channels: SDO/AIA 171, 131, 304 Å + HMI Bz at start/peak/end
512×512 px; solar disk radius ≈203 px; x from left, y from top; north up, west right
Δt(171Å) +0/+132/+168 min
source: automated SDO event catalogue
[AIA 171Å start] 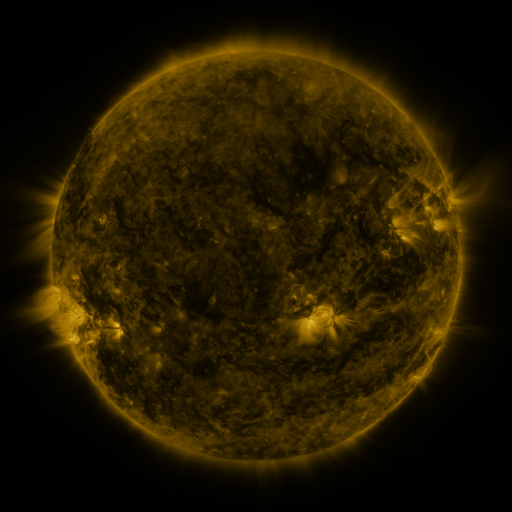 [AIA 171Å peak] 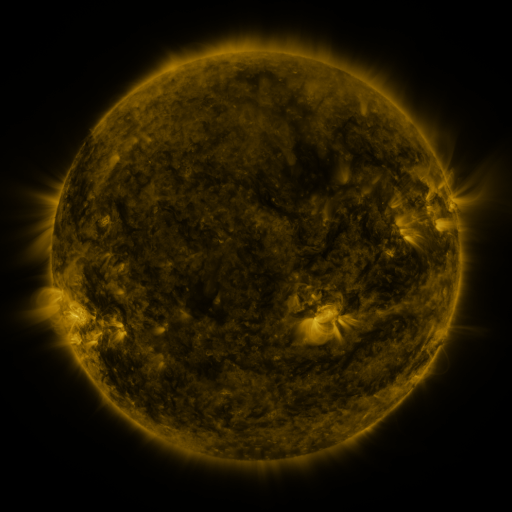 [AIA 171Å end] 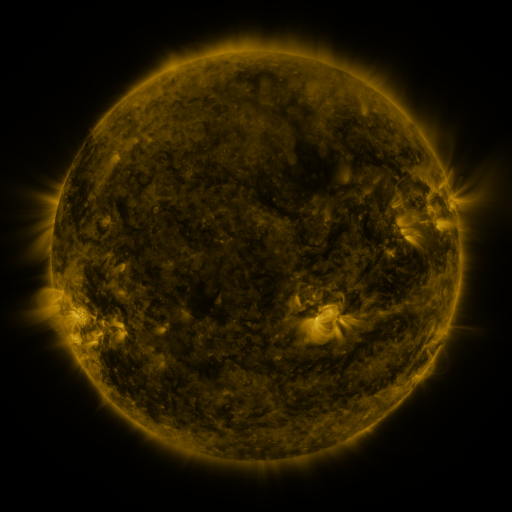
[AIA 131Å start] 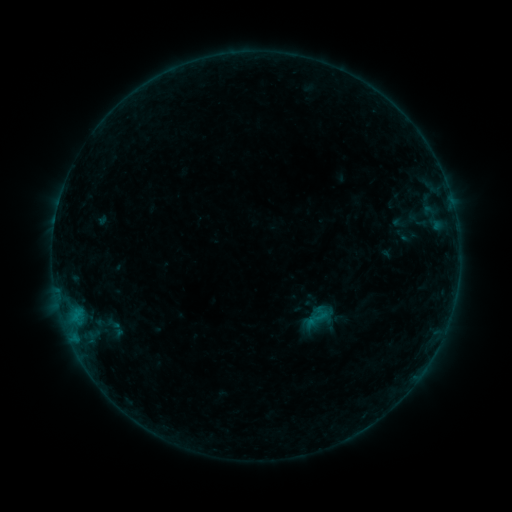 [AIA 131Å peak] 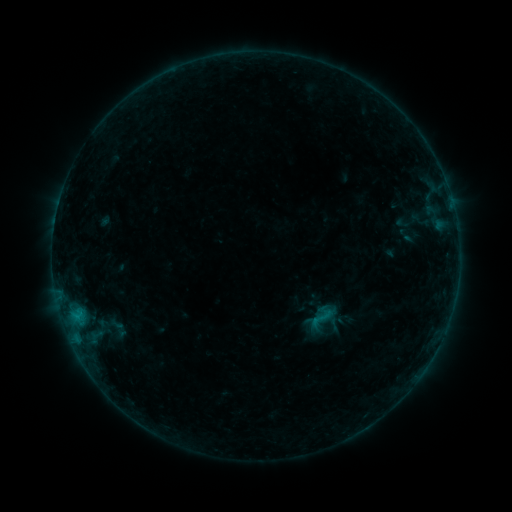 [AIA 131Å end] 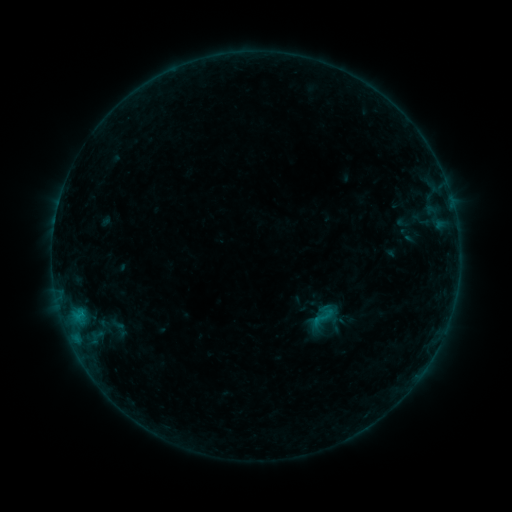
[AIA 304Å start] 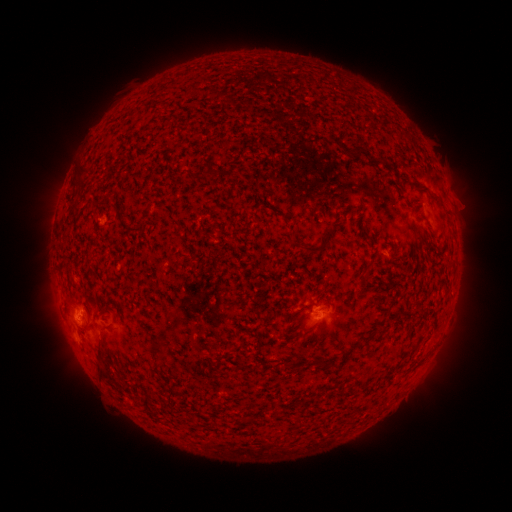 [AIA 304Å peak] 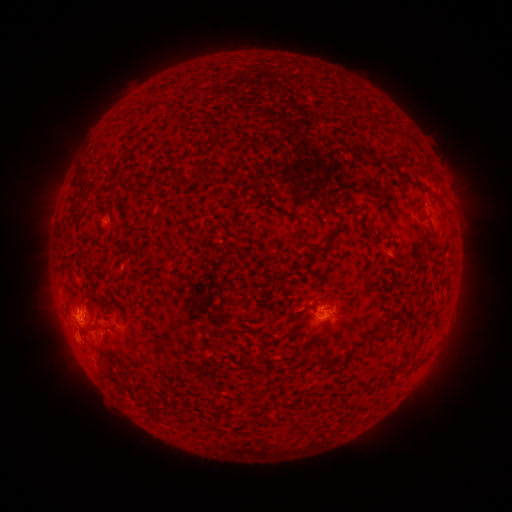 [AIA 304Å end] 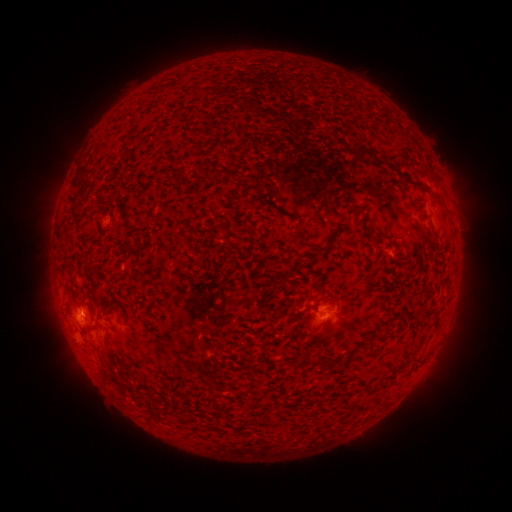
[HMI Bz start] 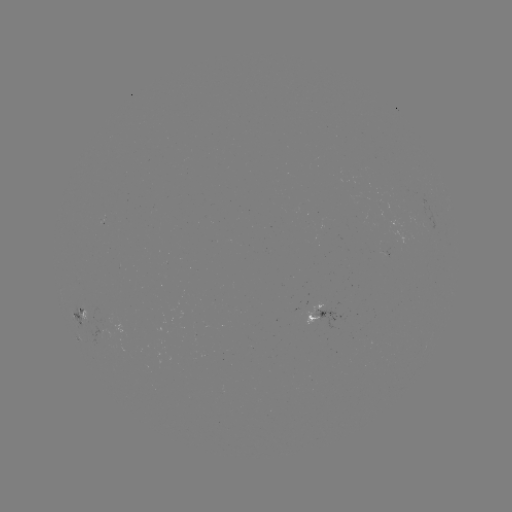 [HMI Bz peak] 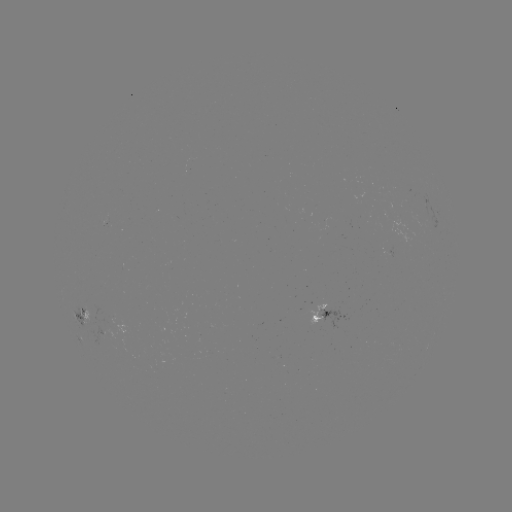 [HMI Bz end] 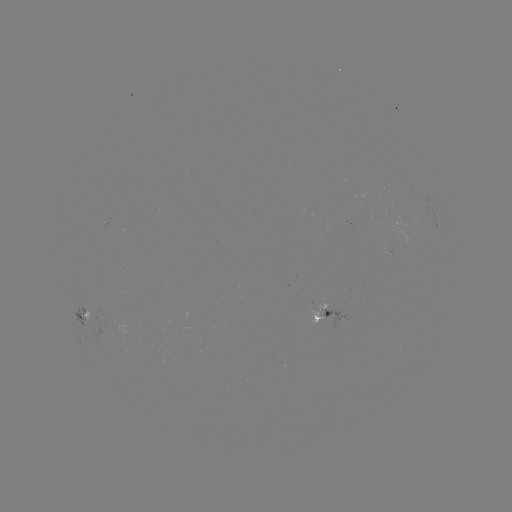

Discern emerging-flux region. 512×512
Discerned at (101, 334).